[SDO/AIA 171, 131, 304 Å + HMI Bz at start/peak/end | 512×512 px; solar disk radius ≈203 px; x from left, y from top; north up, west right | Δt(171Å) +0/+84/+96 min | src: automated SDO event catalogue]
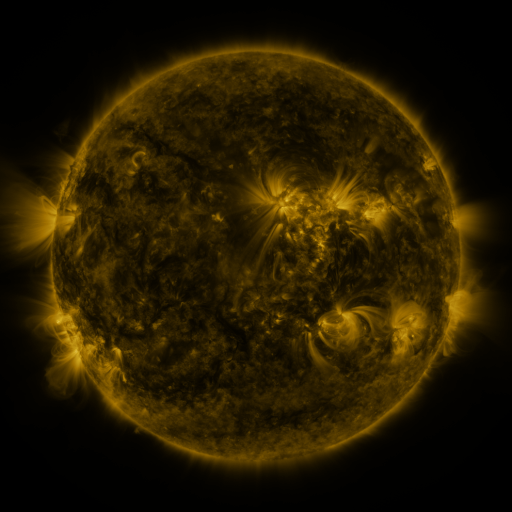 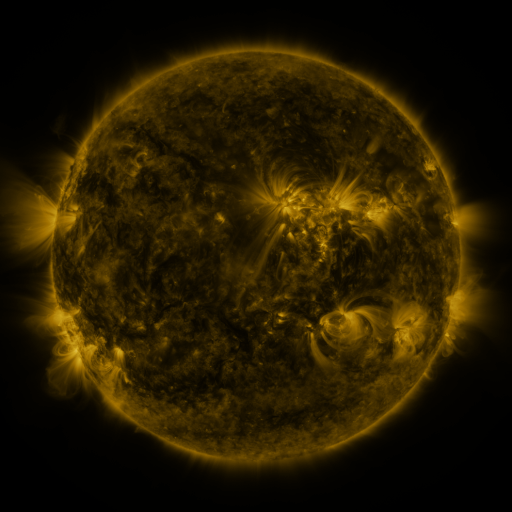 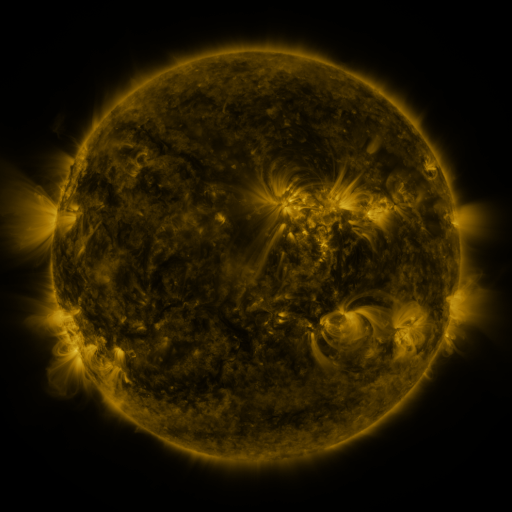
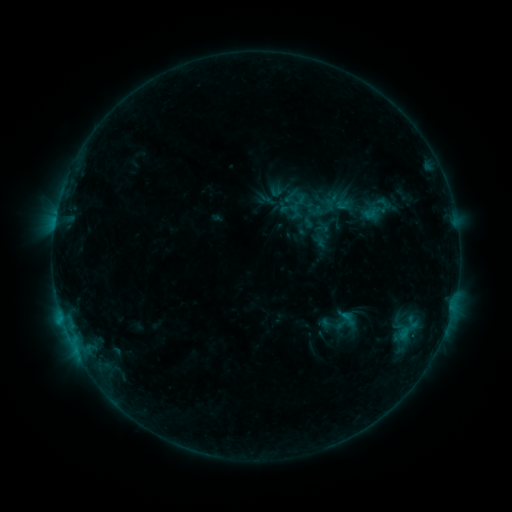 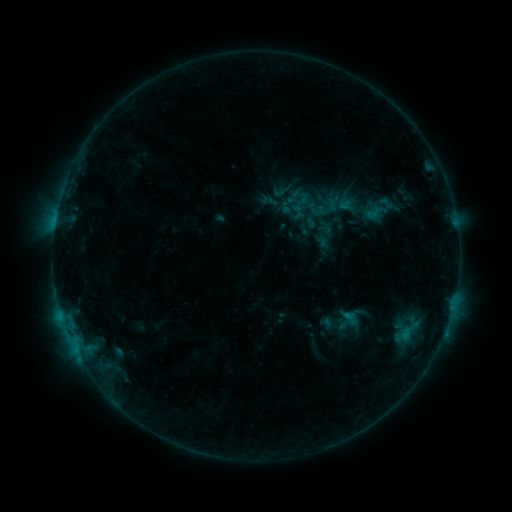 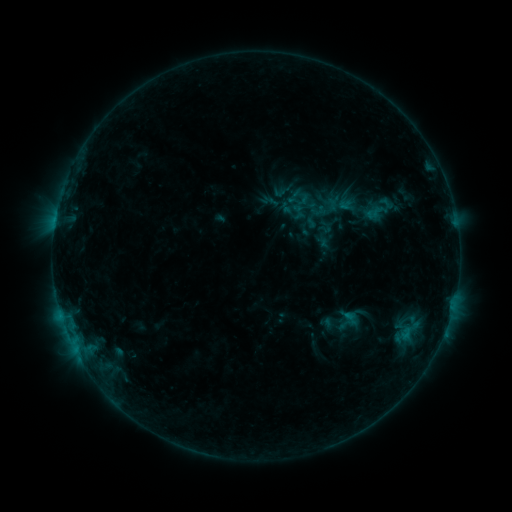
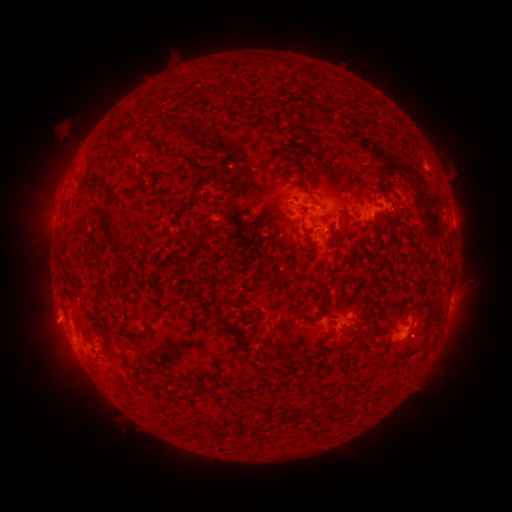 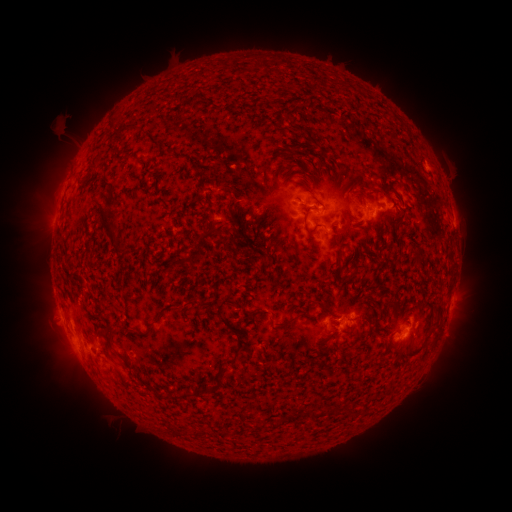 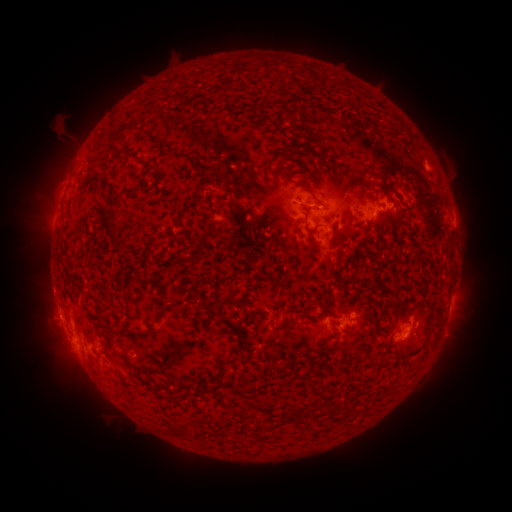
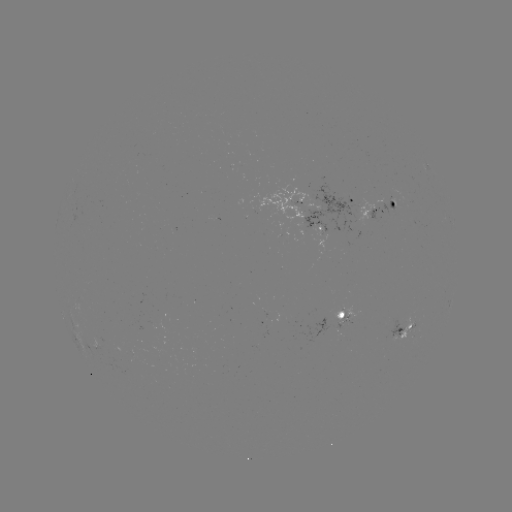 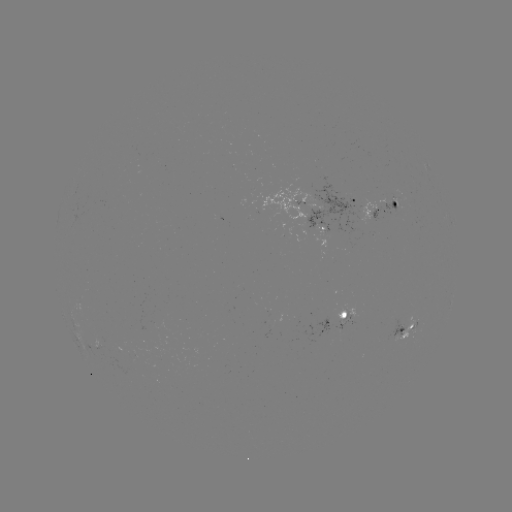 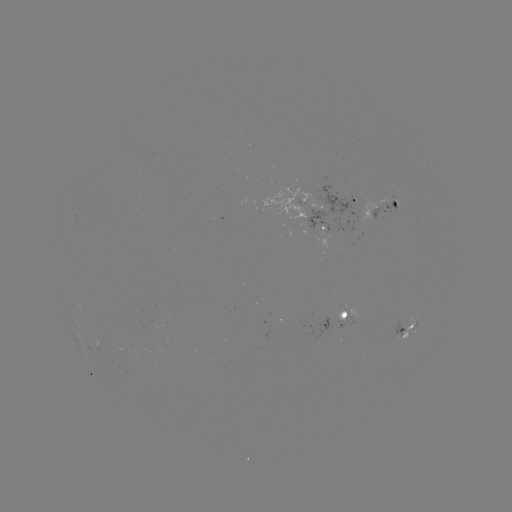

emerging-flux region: (336, 309, 354, 326)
